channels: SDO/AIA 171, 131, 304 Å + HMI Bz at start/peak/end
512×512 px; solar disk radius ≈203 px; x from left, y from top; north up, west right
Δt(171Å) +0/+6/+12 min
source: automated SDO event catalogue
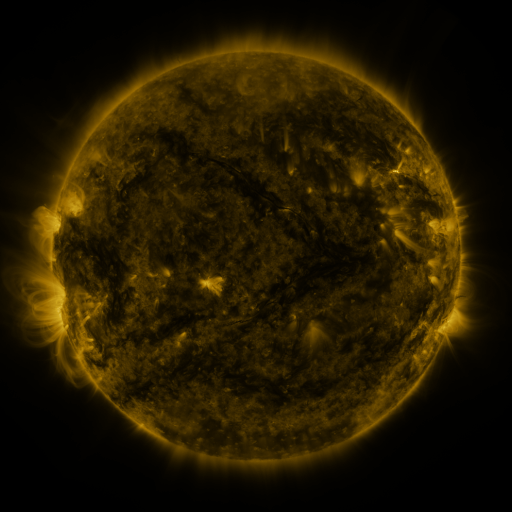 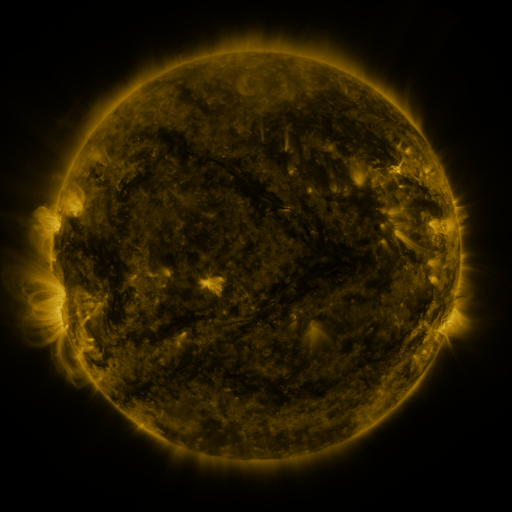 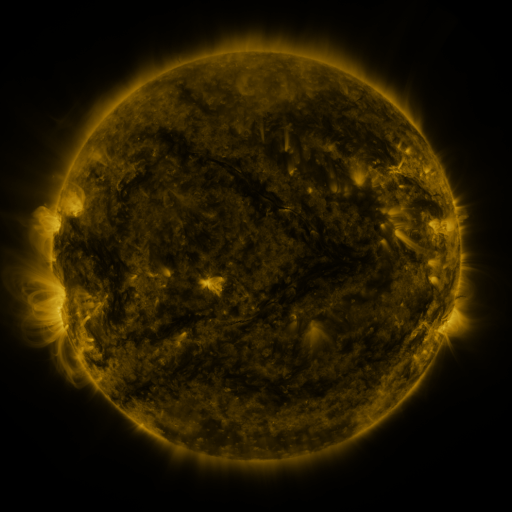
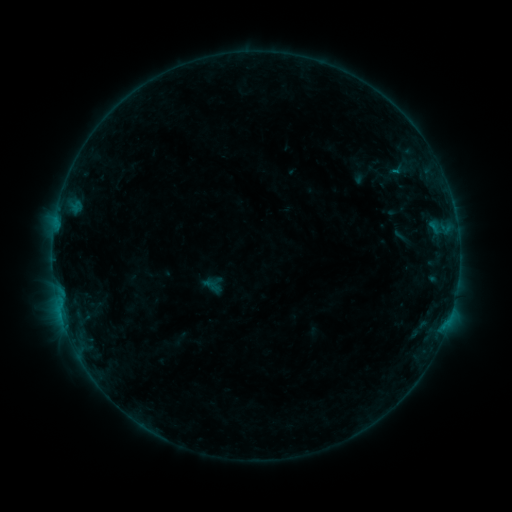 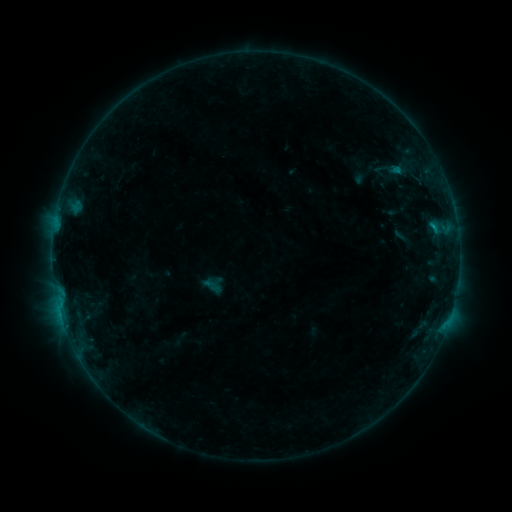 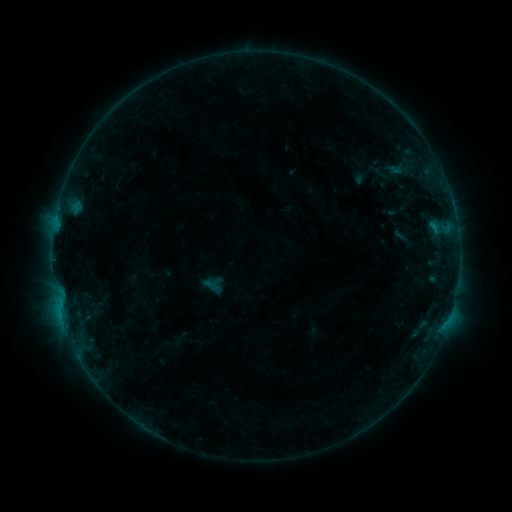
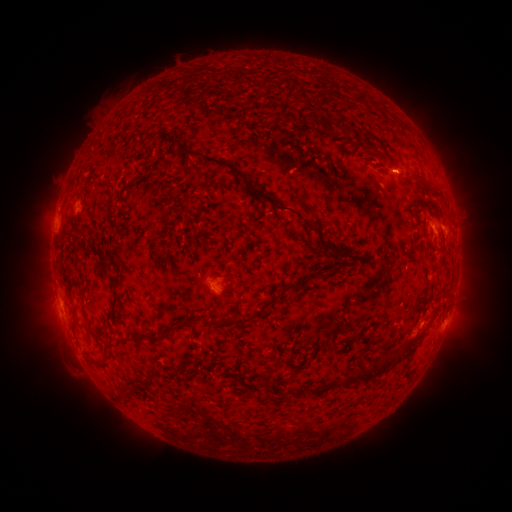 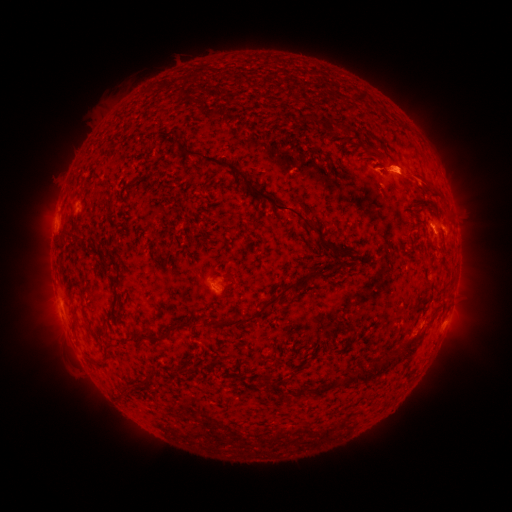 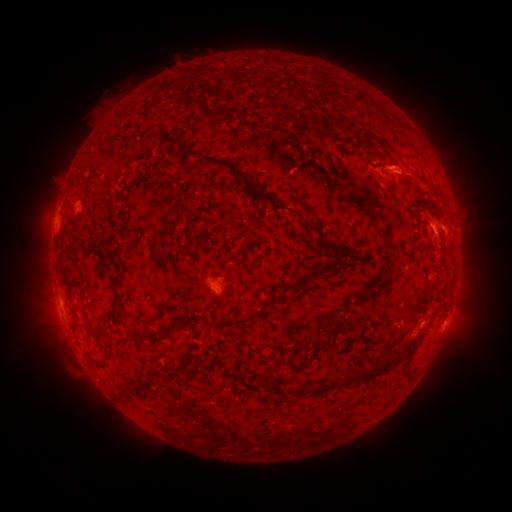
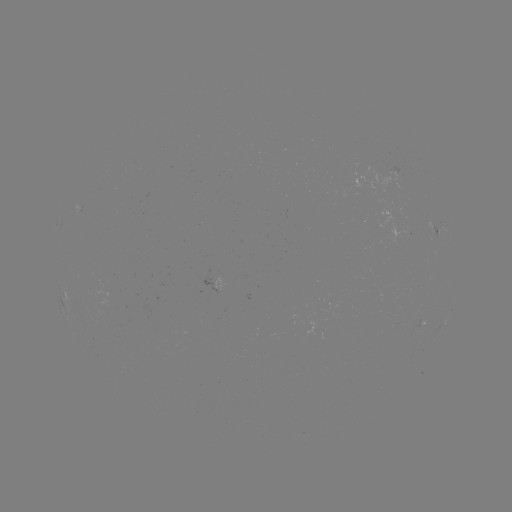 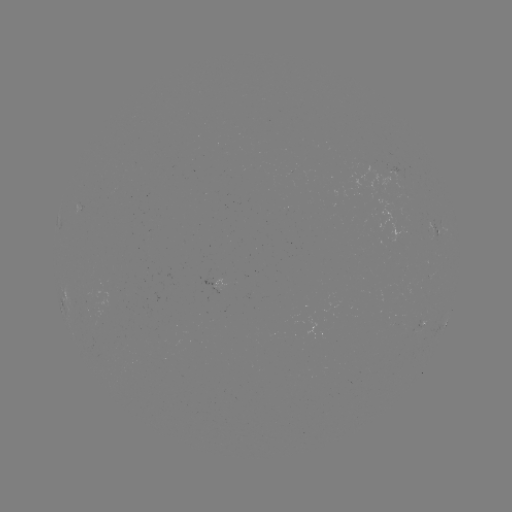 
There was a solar flare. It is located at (432, 228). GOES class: B3.9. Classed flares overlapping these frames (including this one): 1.